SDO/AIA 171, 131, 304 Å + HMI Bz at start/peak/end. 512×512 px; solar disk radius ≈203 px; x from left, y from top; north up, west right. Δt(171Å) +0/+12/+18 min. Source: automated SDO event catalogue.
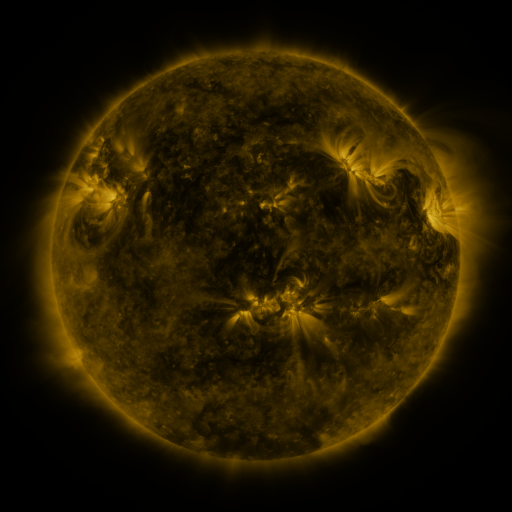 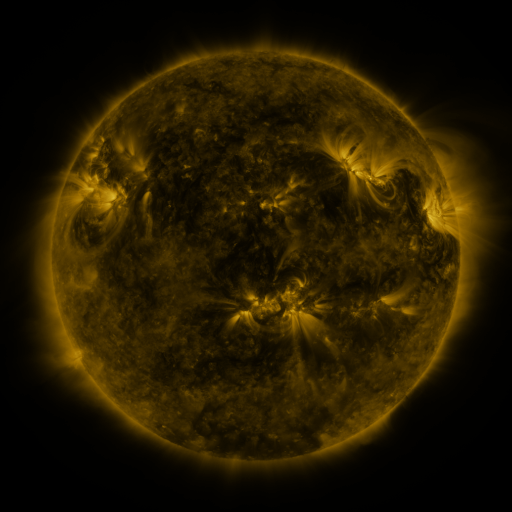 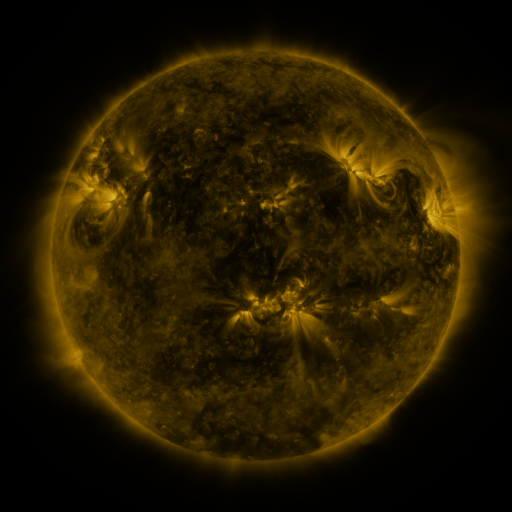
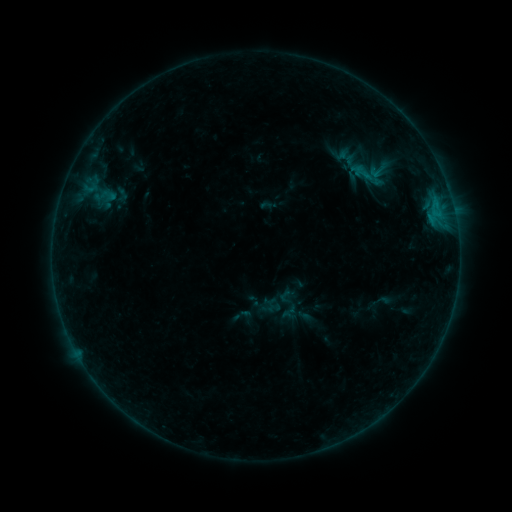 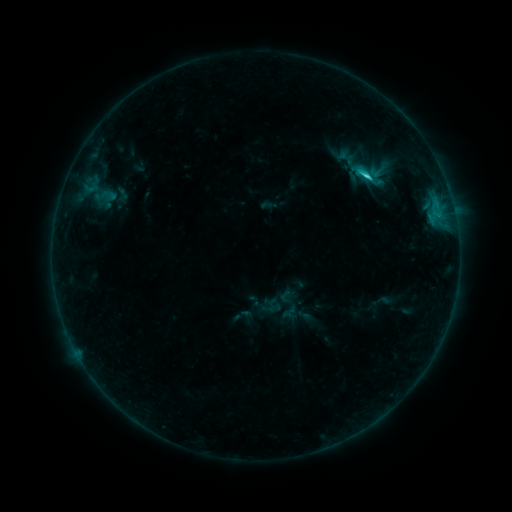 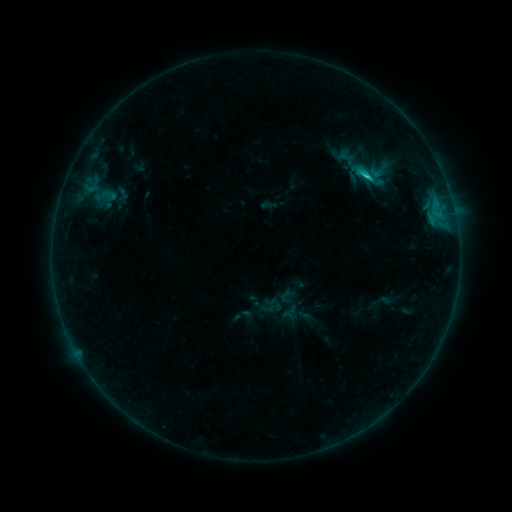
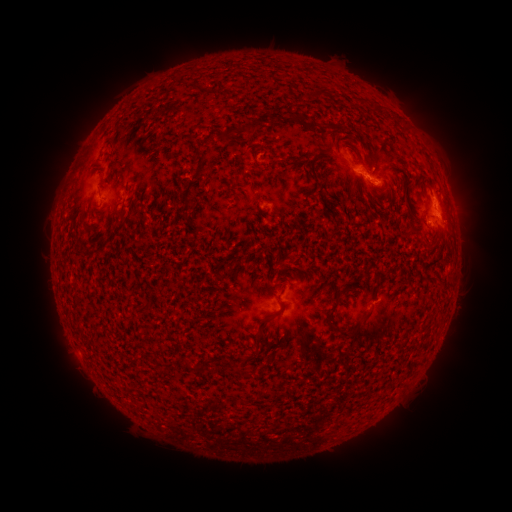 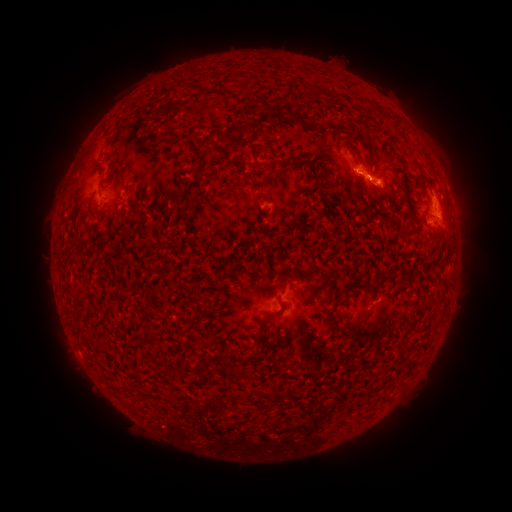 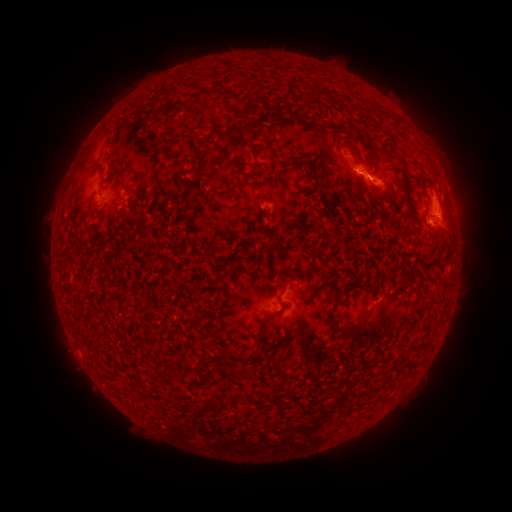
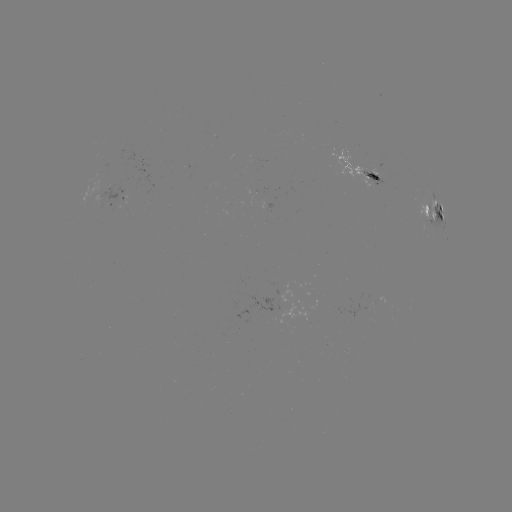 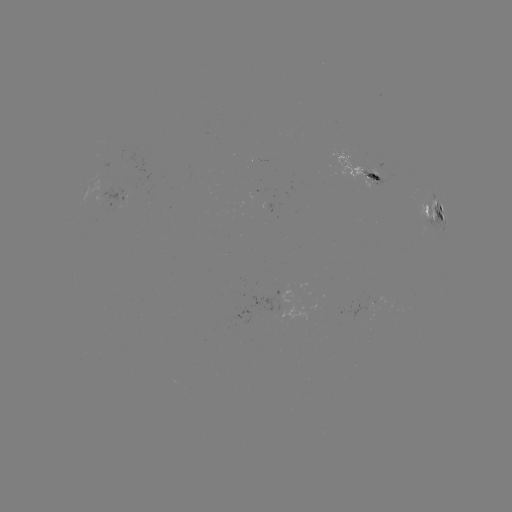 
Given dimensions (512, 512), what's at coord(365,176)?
C1.7 flare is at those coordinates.